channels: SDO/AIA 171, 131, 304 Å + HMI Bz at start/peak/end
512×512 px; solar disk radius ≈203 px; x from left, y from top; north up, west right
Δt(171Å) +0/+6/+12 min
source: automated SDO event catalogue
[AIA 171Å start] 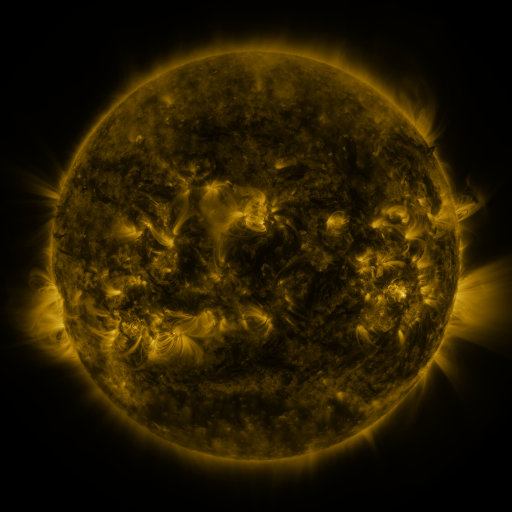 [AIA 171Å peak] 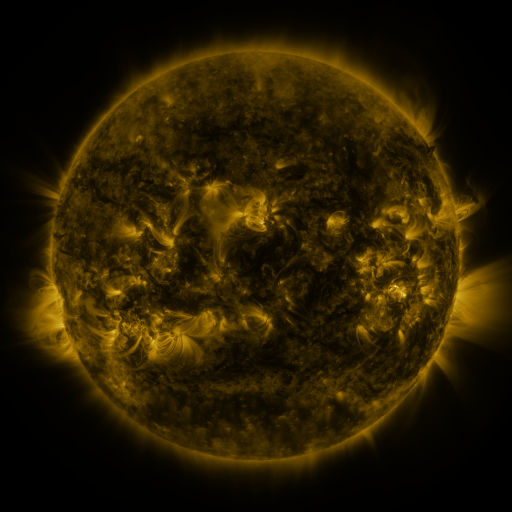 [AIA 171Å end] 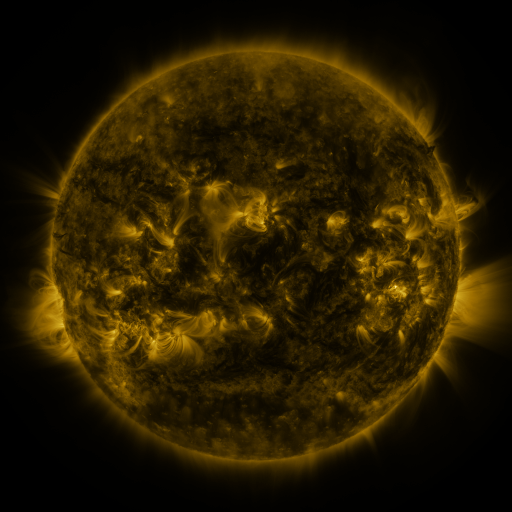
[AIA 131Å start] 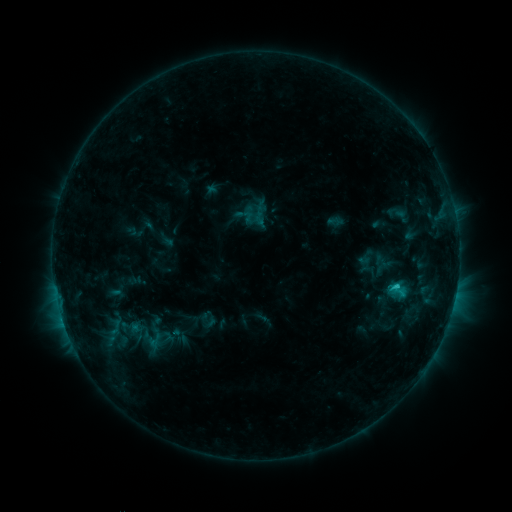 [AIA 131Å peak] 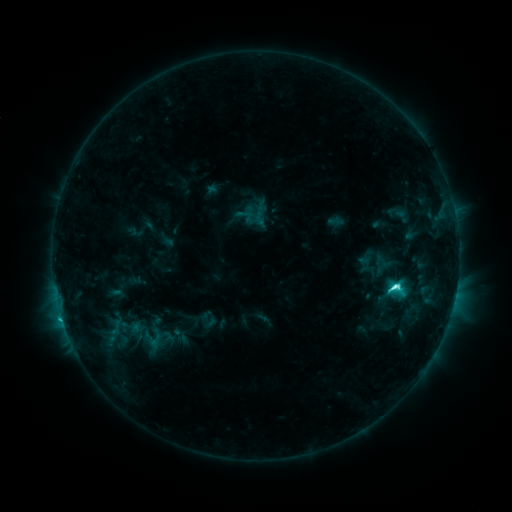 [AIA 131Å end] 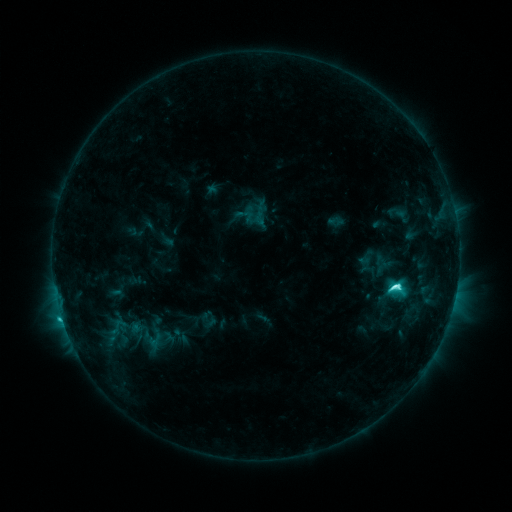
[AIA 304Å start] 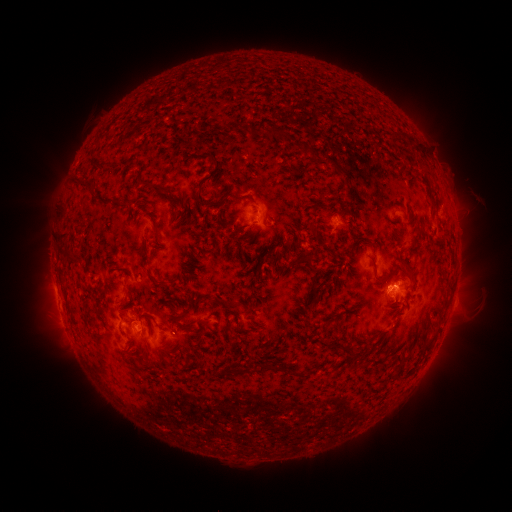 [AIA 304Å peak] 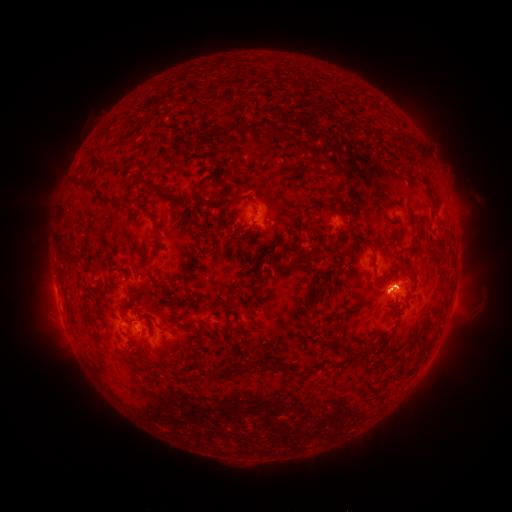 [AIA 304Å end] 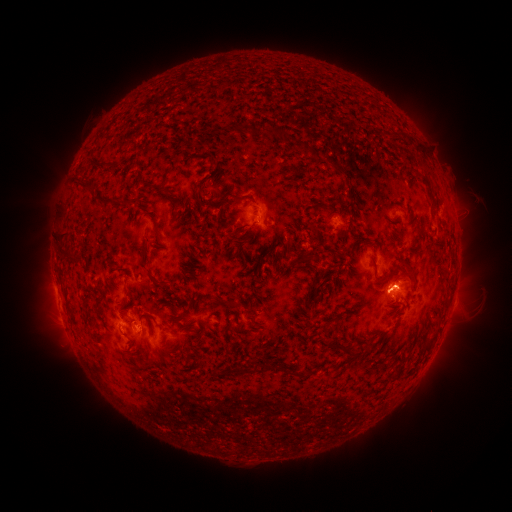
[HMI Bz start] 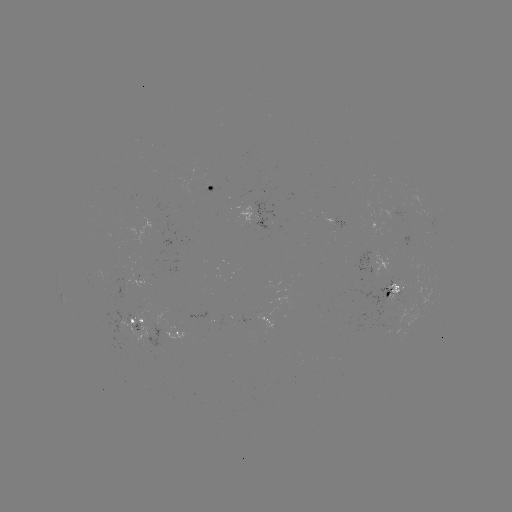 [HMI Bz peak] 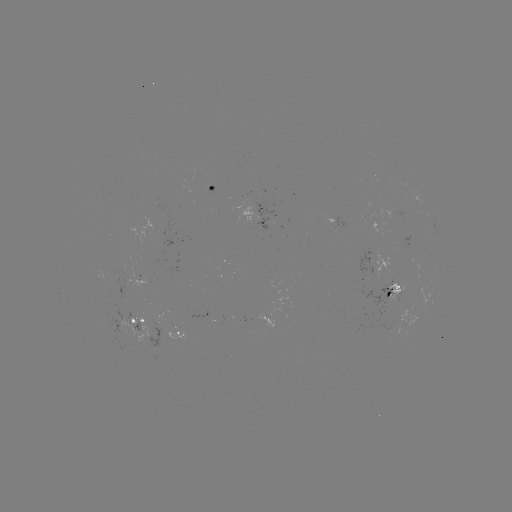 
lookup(C6.5 flare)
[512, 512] [392, 285]